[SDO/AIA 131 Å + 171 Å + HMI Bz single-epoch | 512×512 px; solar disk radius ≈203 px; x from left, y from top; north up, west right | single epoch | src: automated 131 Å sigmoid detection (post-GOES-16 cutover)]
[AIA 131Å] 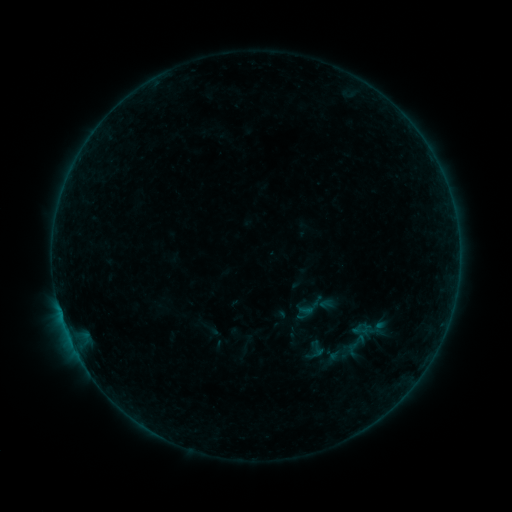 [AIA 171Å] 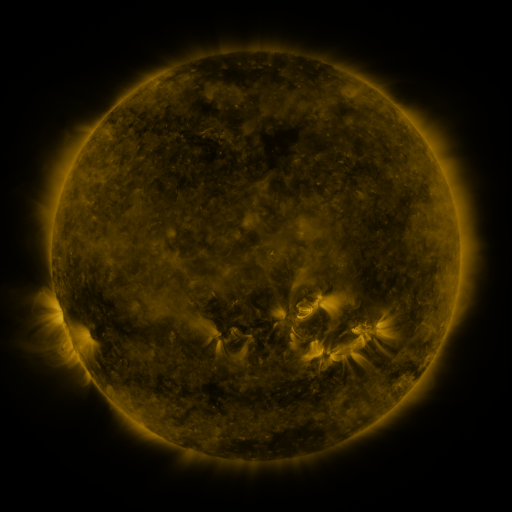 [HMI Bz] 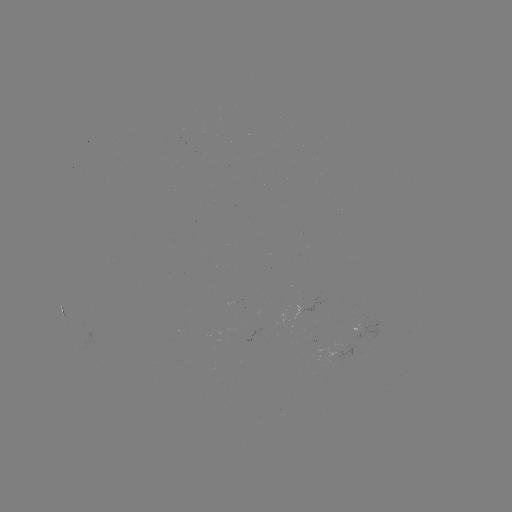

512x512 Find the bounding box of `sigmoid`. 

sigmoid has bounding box [309, 339, 327, 358].